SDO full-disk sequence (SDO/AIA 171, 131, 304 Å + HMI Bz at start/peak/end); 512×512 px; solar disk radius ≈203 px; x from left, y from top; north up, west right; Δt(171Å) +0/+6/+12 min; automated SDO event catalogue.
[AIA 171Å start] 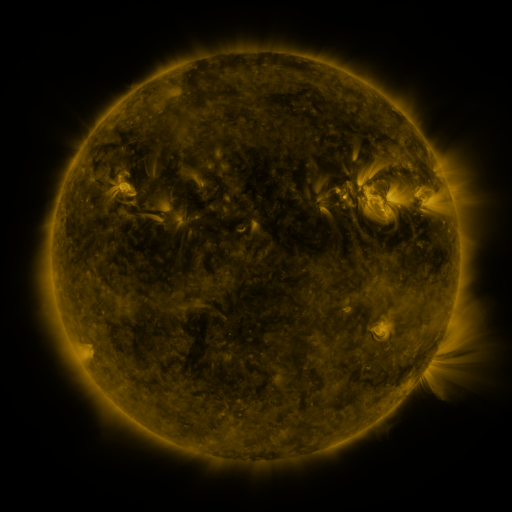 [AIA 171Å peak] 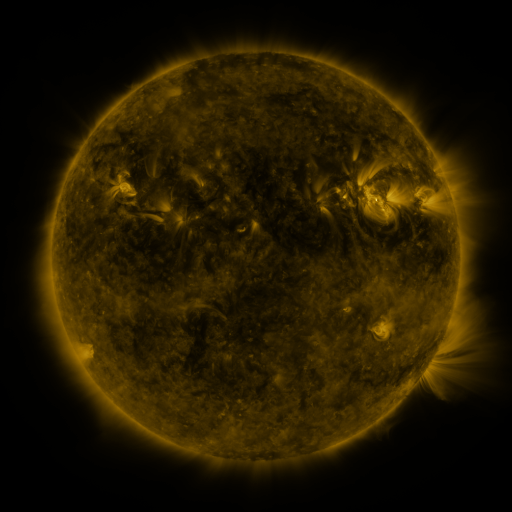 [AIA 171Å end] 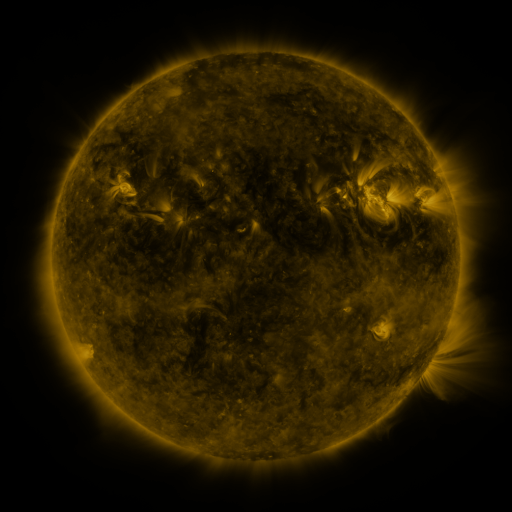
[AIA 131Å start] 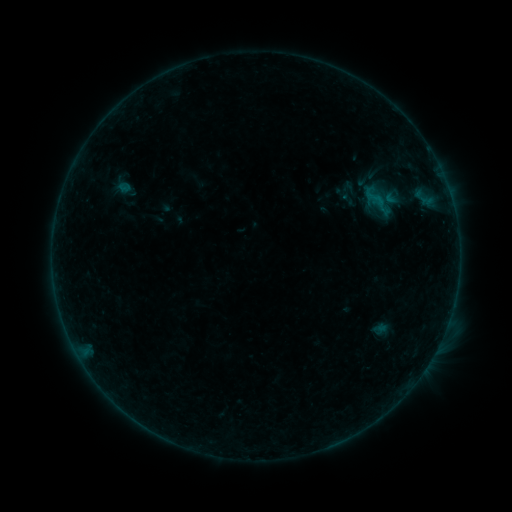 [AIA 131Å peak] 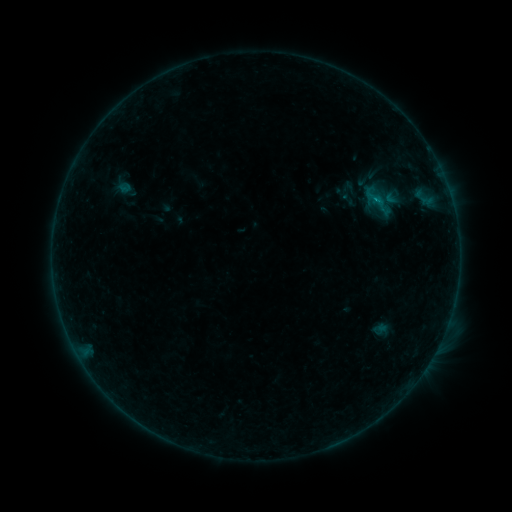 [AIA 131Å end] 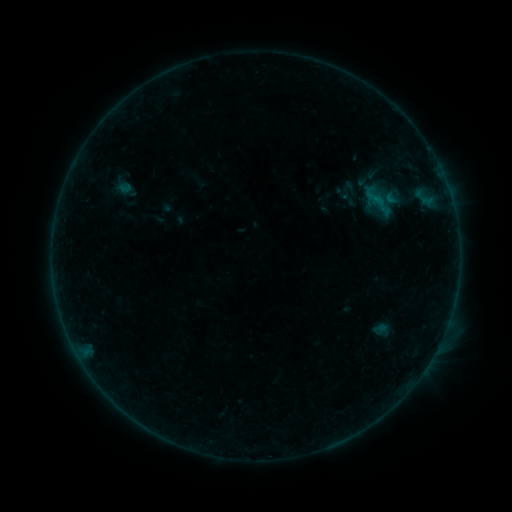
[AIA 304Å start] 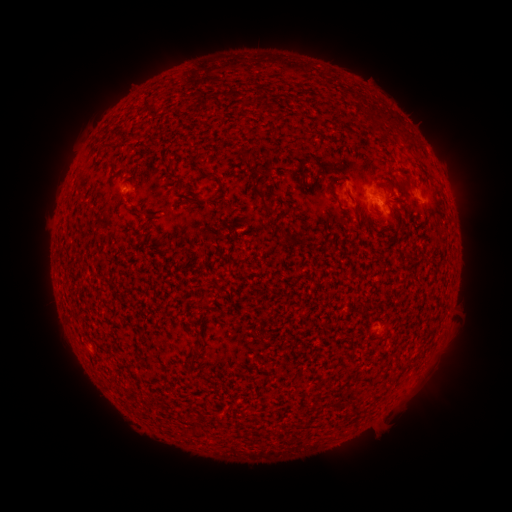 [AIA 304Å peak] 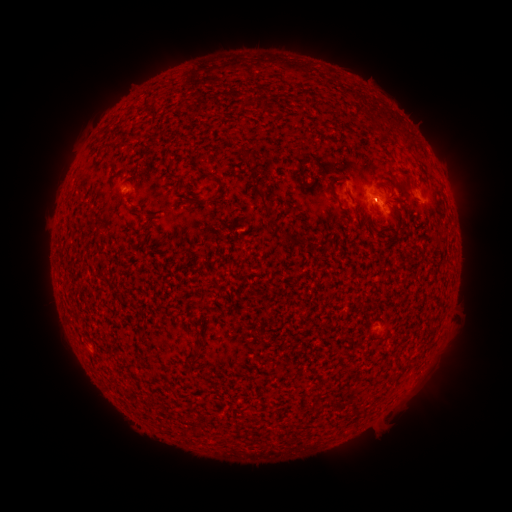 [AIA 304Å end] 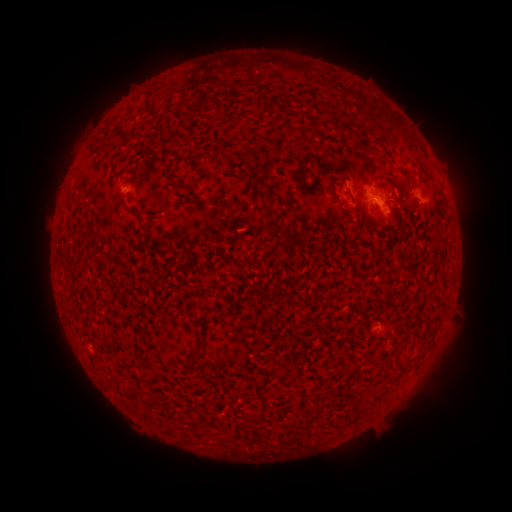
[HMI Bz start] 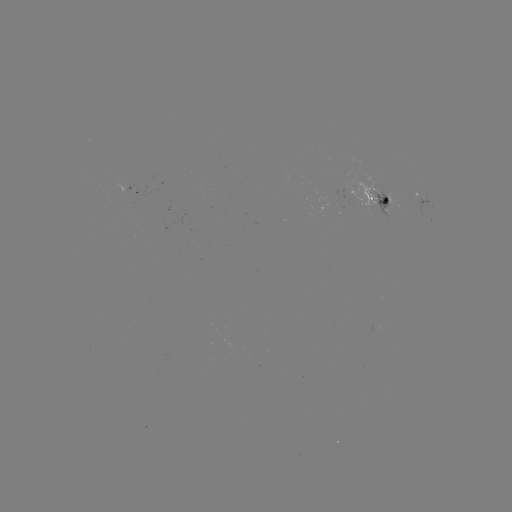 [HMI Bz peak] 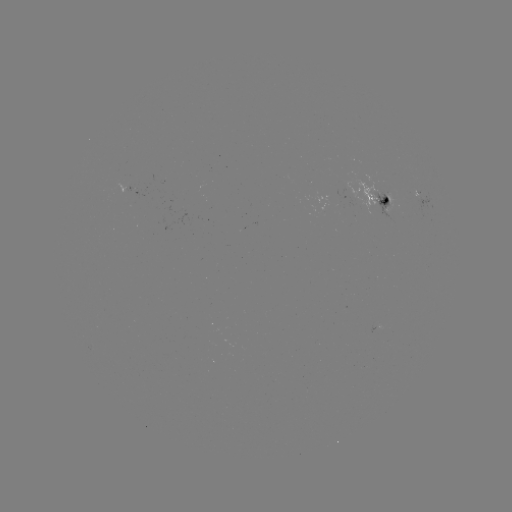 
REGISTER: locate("B2.4 flare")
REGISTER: [376, 204]